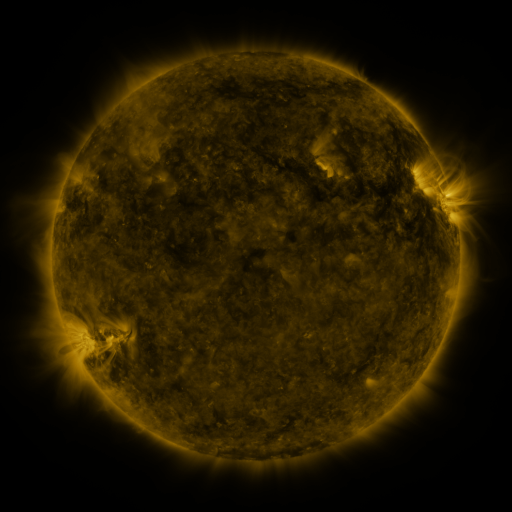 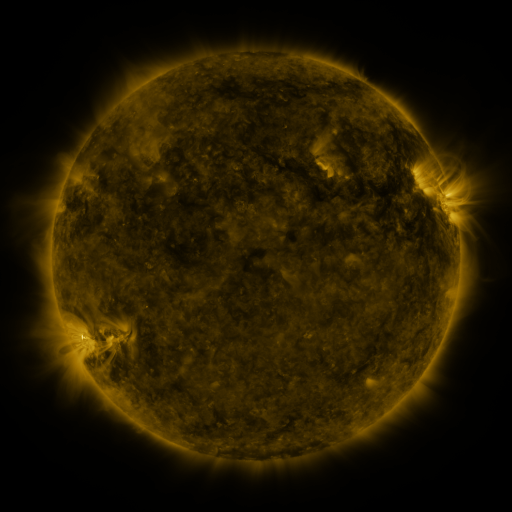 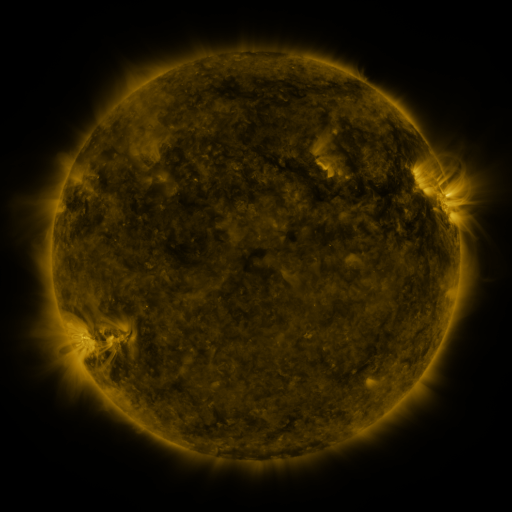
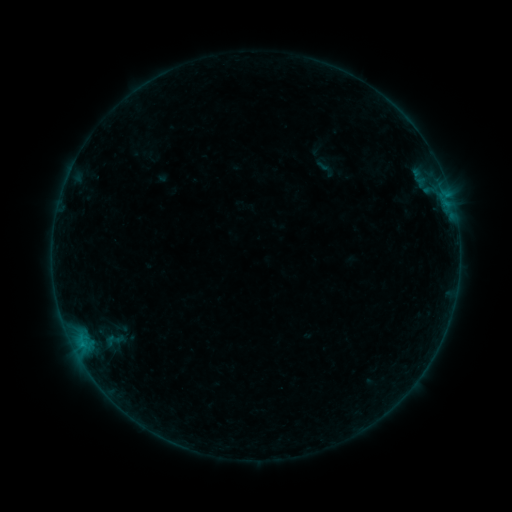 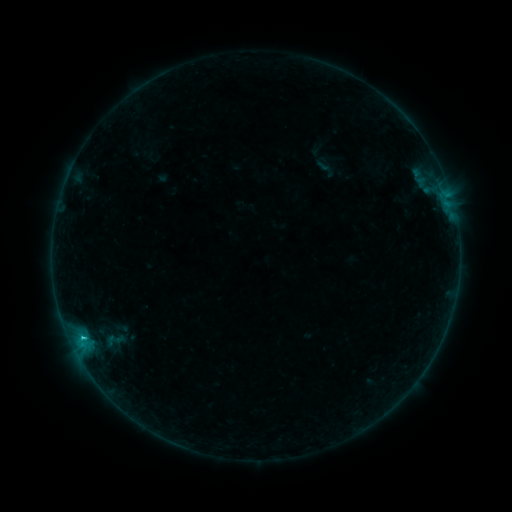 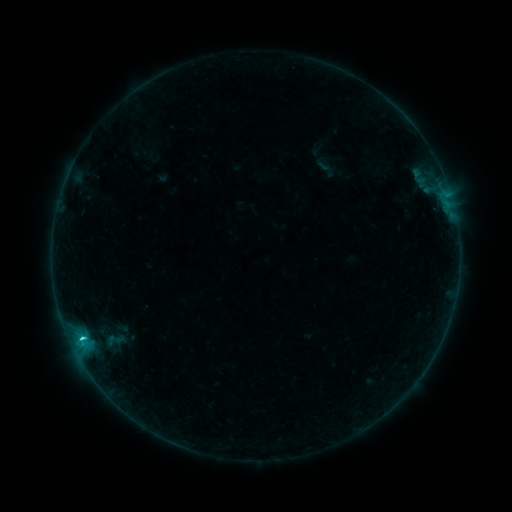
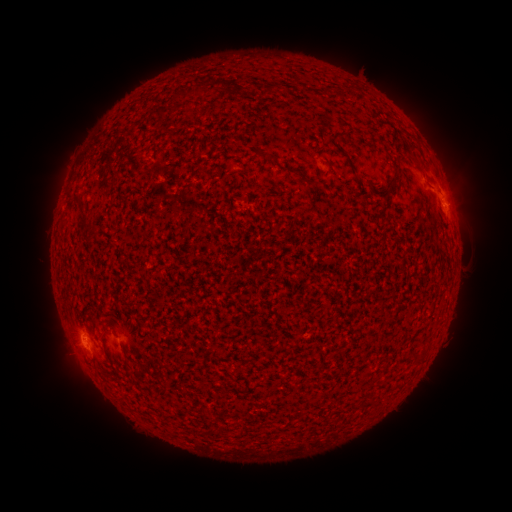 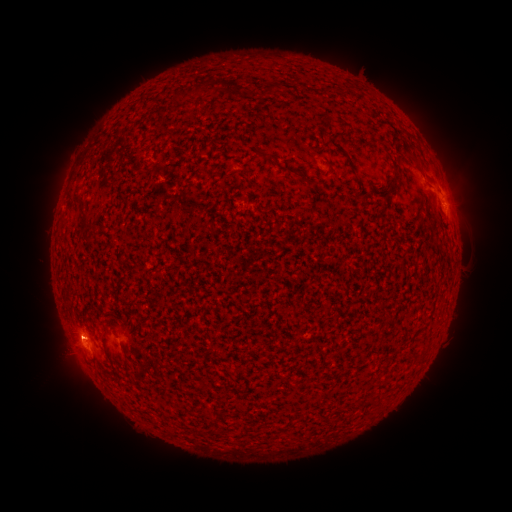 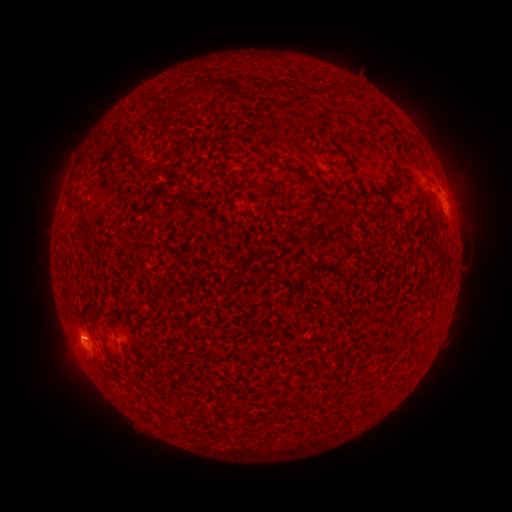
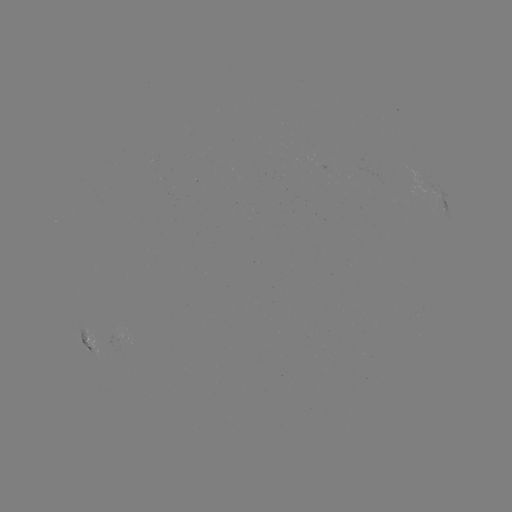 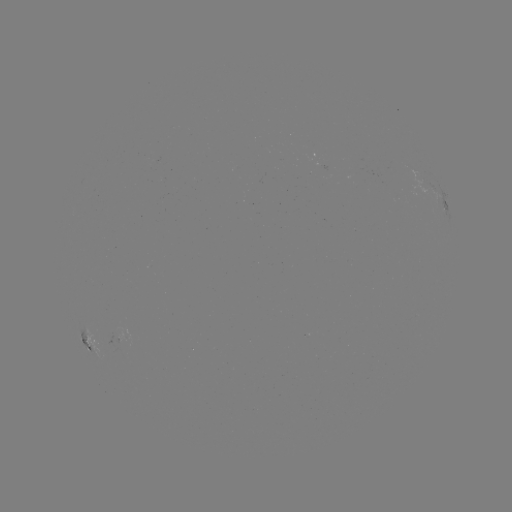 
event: flare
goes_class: C1.4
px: (82, 335)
